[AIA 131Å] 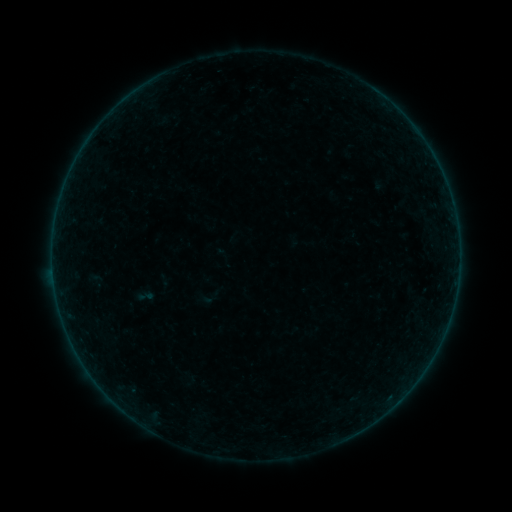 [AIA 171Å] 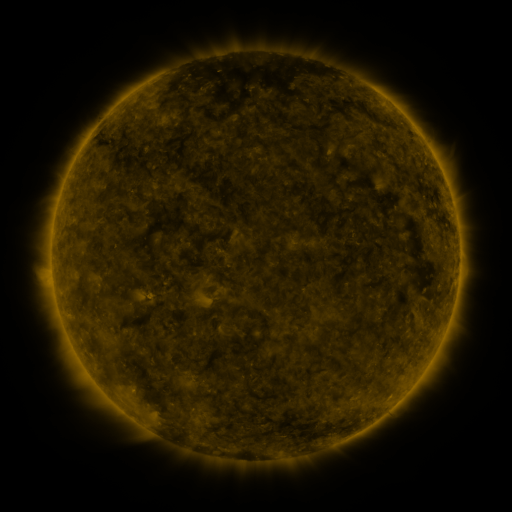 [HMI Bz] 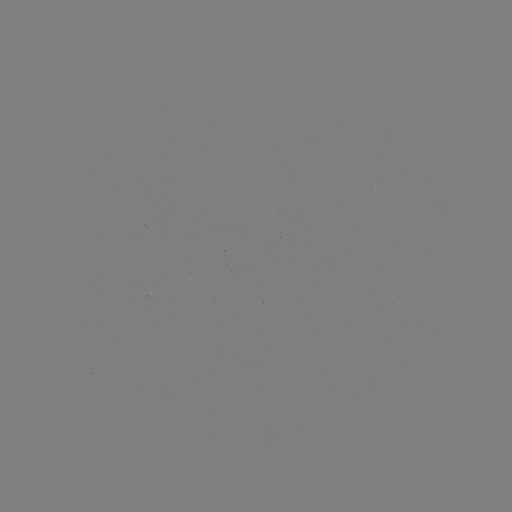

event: sigmoid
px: (145, 297)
